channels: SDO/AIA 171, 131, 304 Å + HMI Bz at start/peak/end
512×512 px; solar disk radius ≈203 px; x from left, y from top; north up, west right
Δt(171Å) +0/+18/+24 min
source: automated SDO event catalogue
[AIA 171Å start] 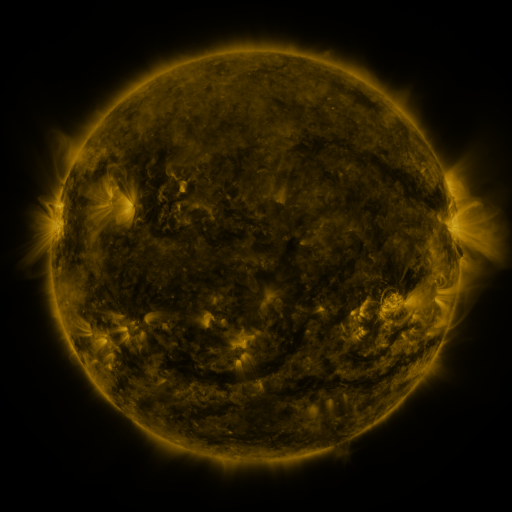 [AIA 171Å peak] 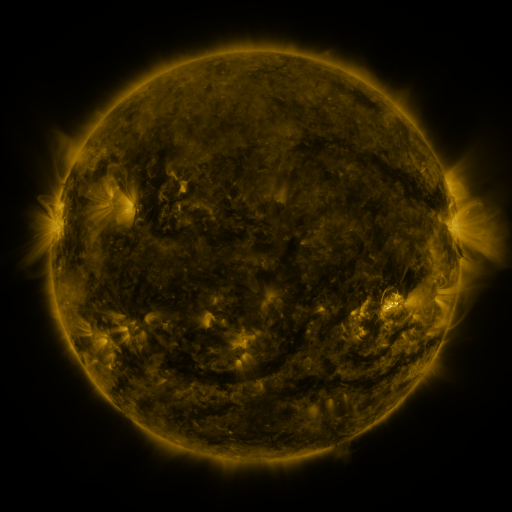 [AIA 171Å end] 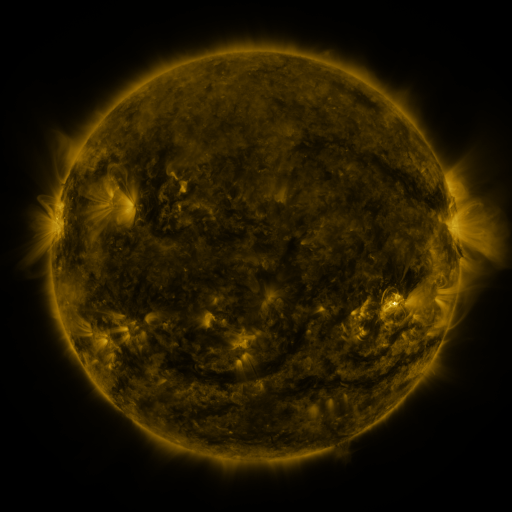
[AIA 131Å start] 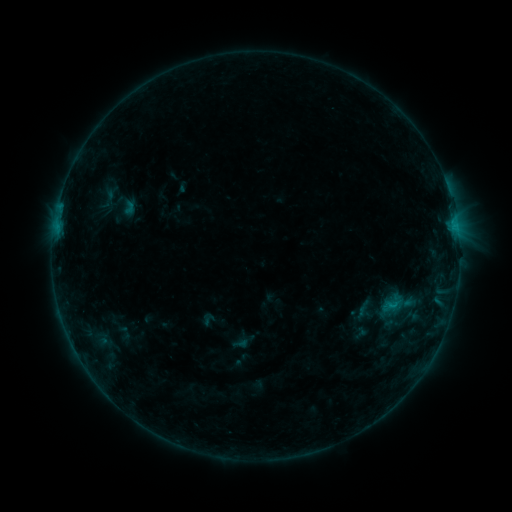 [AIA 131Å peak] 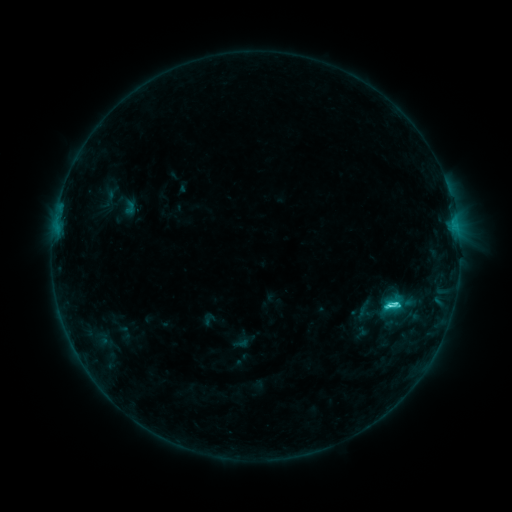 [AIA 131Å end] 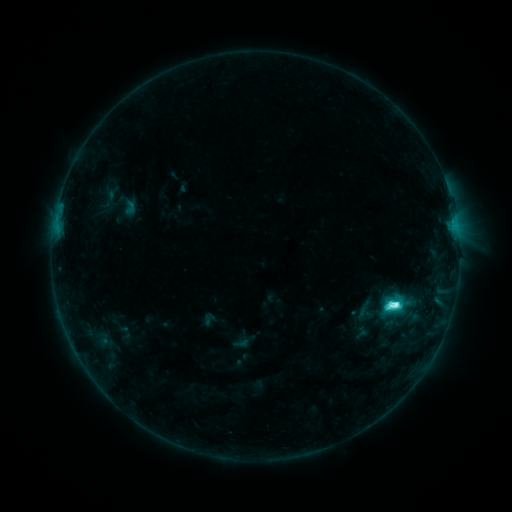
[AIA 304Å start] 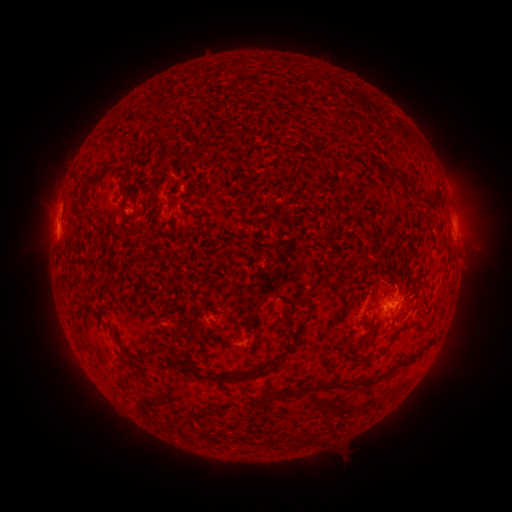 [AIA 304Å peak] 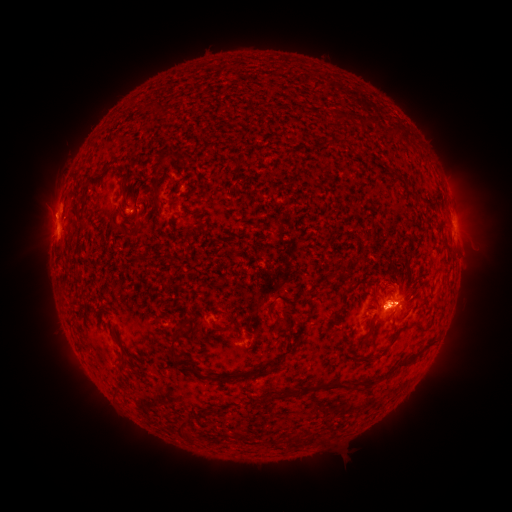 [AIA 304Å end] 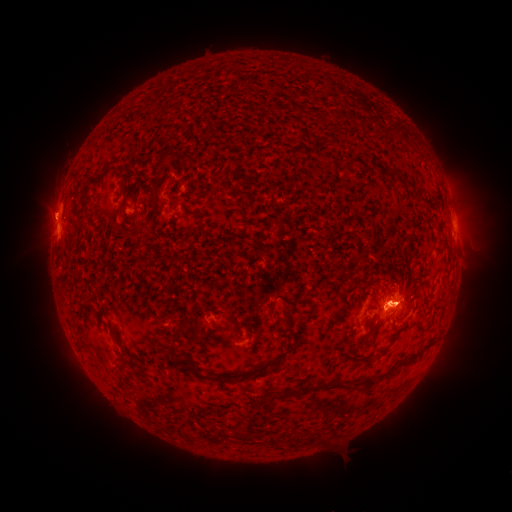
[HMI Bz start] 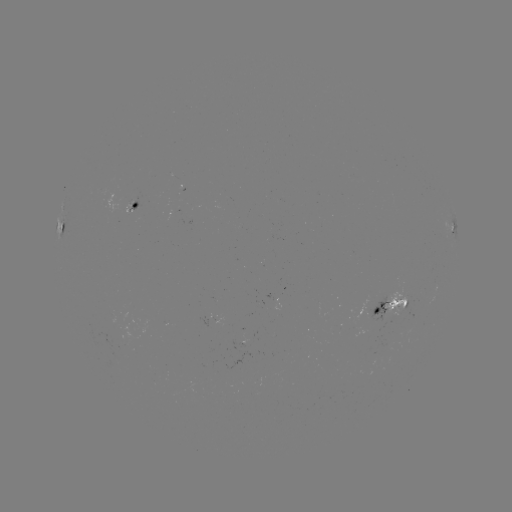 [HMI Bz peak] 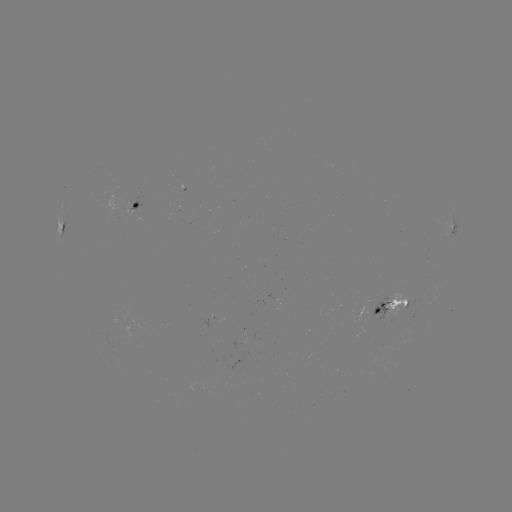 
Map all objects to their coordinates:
C7.1 flare: (388, 305)
